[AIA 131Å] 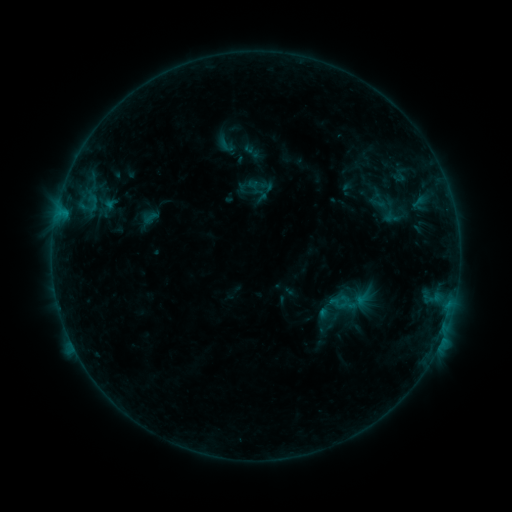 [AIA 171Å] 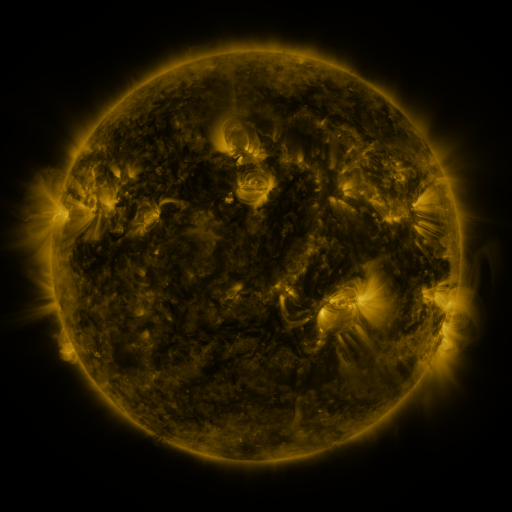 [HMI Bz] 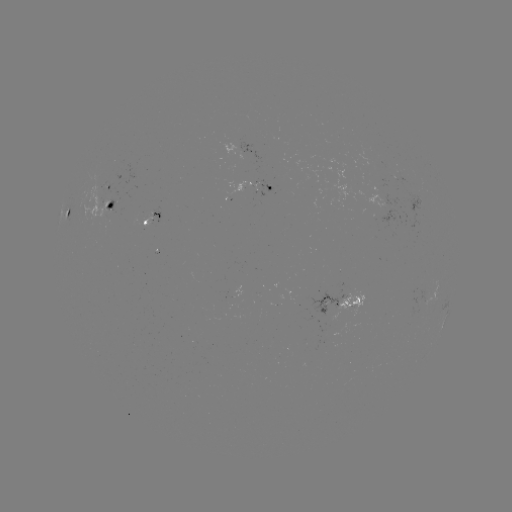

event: sigmoid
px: (258, 184)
